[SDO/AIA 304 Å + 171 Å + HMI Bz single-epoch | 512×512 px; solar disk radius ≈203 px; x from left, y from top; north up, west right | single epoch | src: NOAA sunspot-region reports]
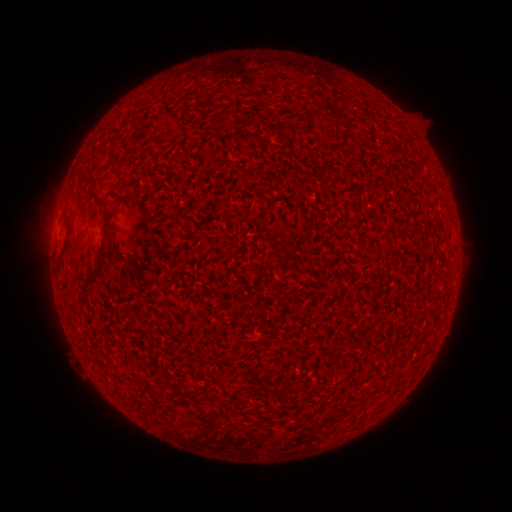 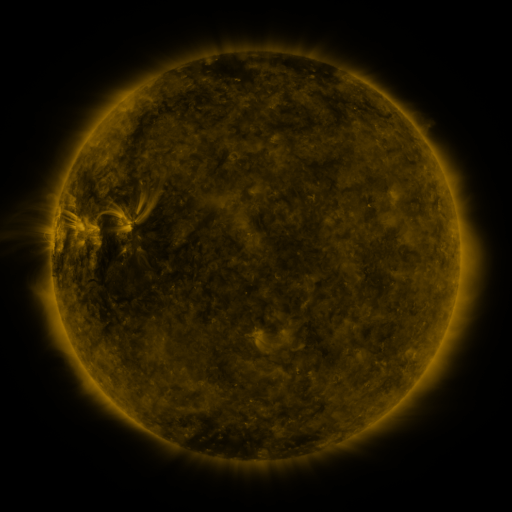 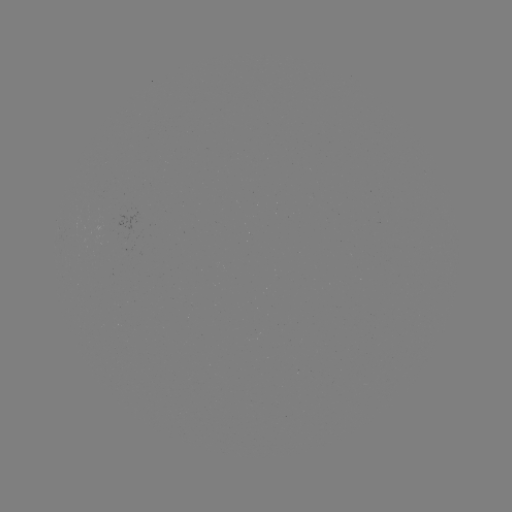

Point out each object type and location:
(none)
